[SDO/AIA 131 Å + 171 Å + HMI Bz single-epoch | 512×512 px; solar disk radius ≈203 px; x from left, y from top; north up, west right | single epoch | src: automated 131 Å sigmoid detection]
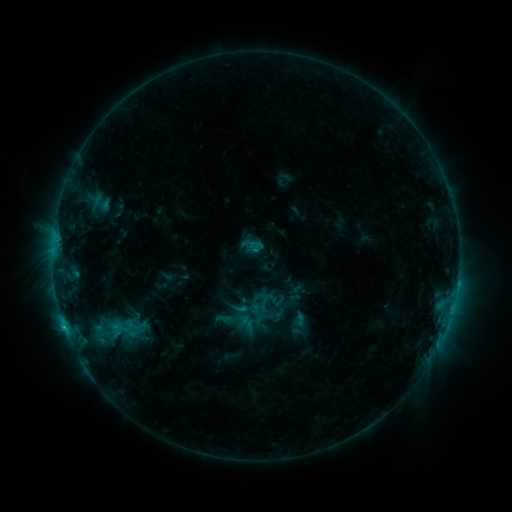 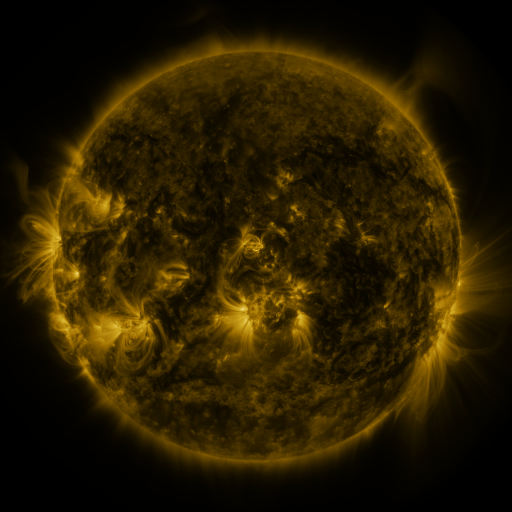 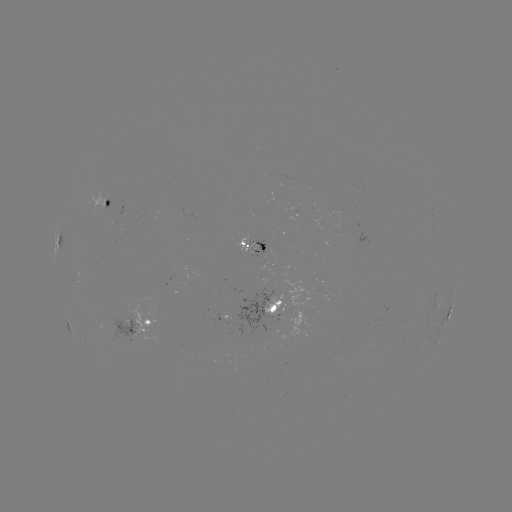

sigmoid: (214, 302, 250, 336)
